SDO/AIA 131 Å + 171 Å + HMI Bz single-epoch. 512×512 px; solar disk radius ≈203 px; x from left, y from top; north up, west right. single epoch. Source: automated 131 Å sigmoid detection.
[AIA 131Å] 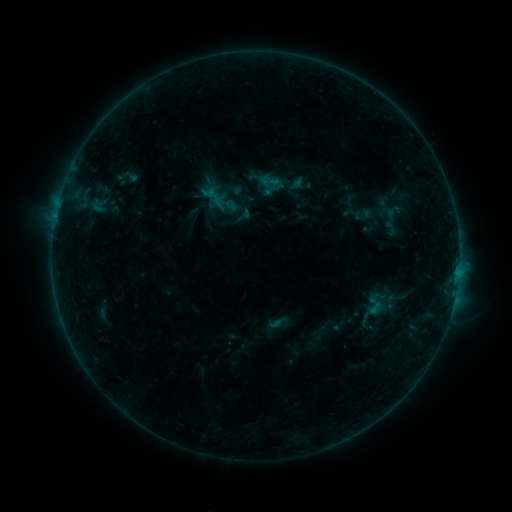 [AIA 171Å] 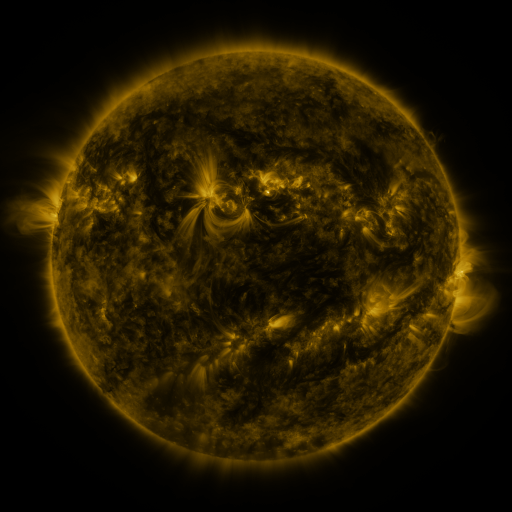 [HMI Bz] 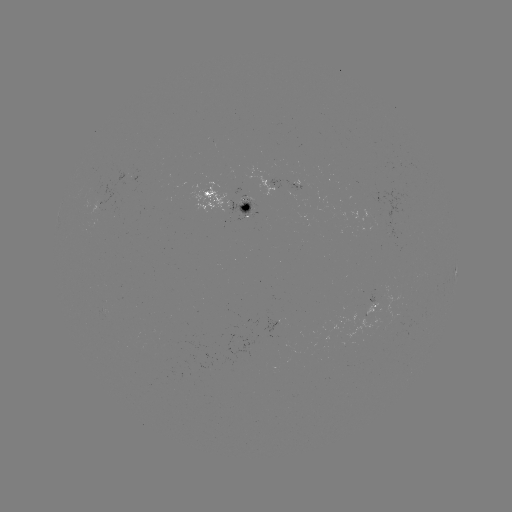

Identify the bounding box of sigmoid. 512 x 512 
[257, 170, 281, 193].